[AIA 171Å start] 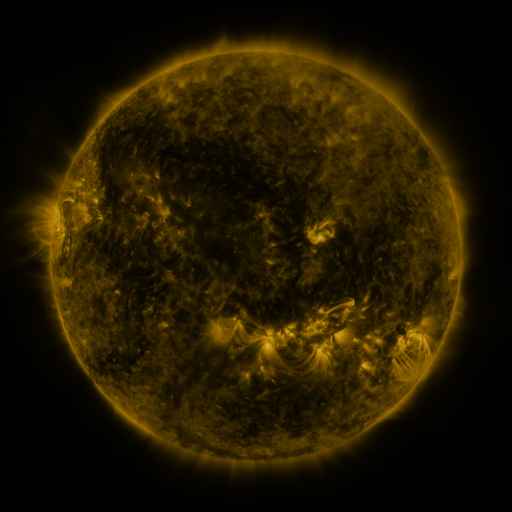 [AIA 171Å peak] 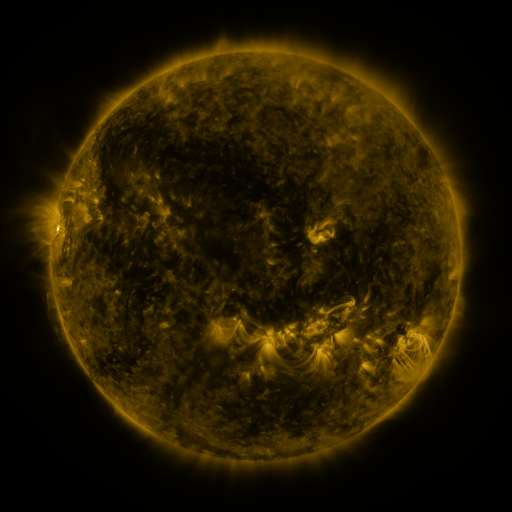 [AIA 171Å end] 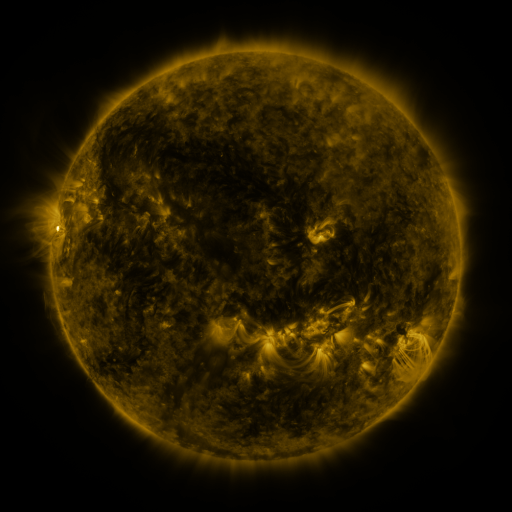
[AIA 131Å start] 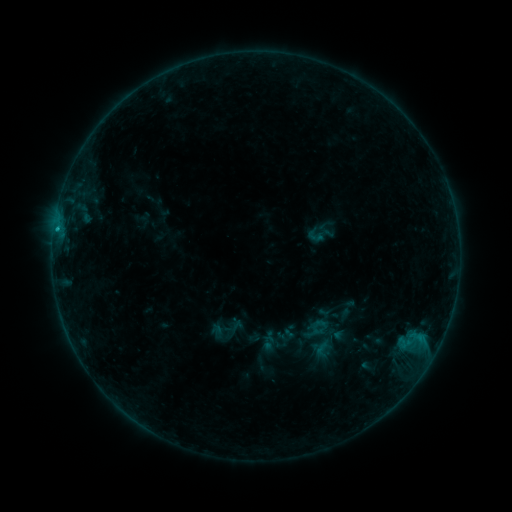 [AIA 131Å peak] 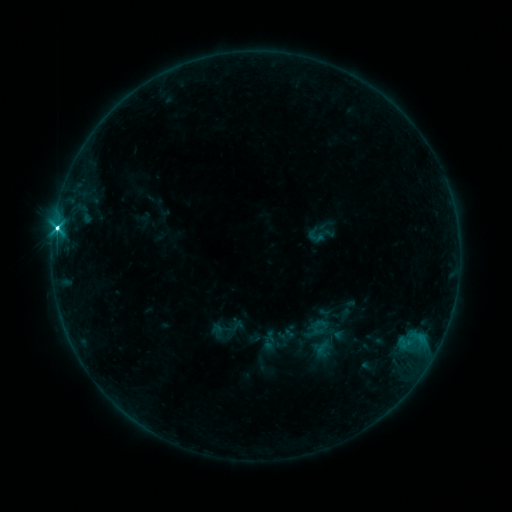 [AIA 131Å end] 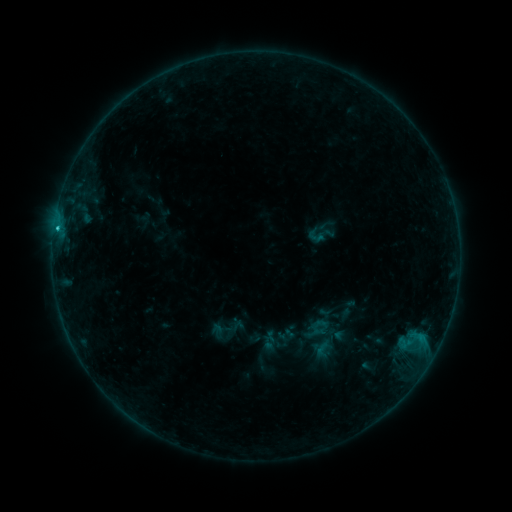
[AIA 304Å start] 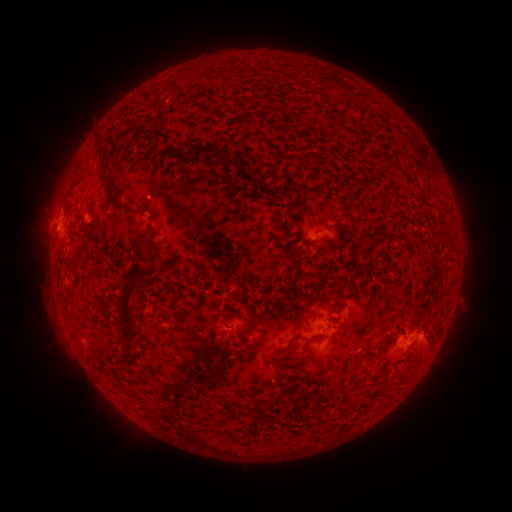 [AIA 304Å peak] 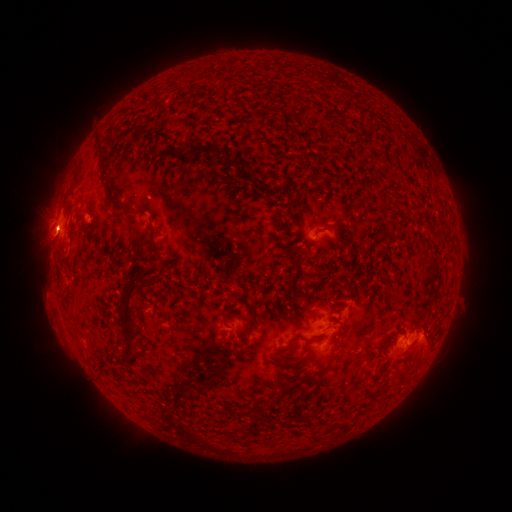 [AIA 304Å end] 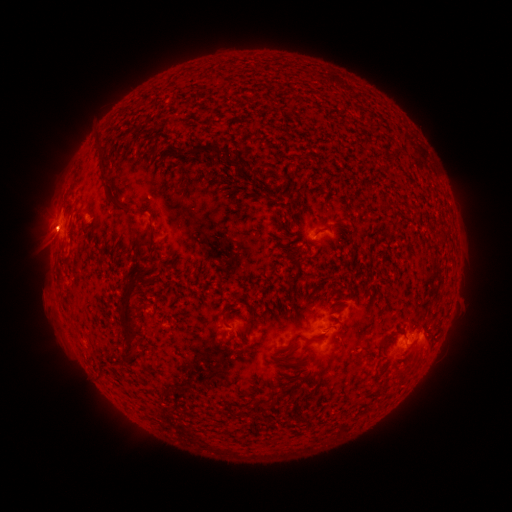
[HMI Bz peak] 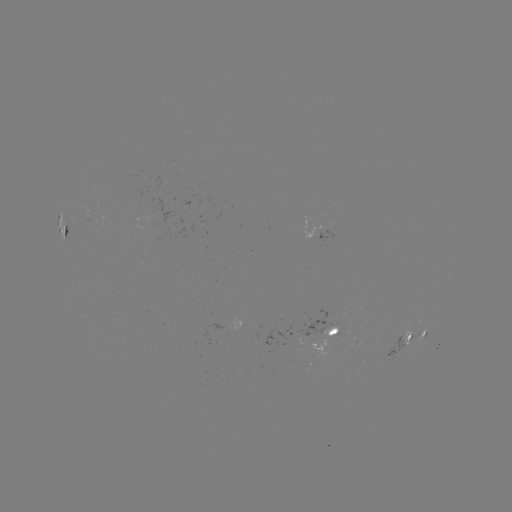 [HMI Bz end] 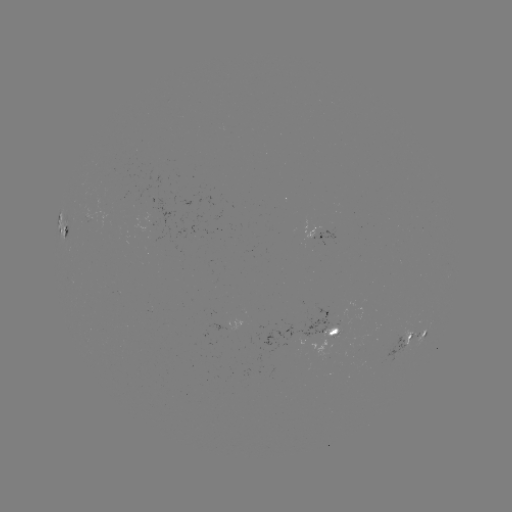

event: flare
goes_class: C4.2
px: (57, 232)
